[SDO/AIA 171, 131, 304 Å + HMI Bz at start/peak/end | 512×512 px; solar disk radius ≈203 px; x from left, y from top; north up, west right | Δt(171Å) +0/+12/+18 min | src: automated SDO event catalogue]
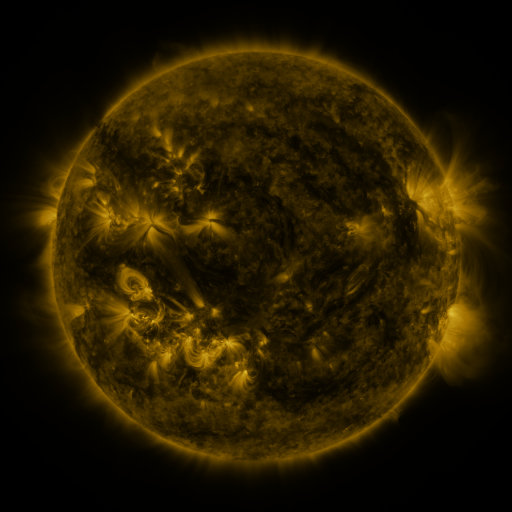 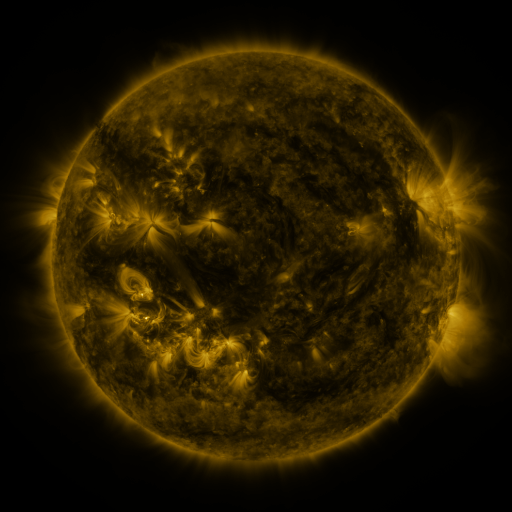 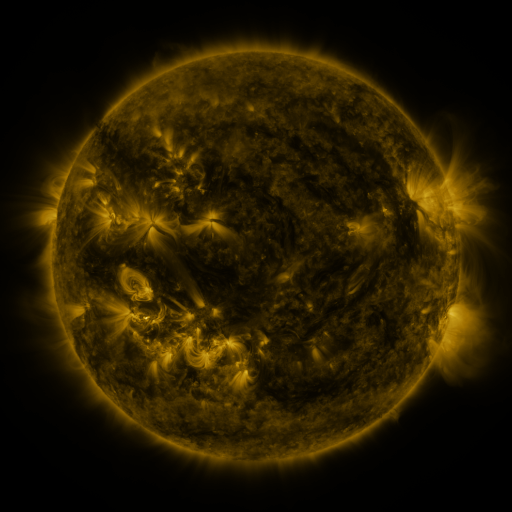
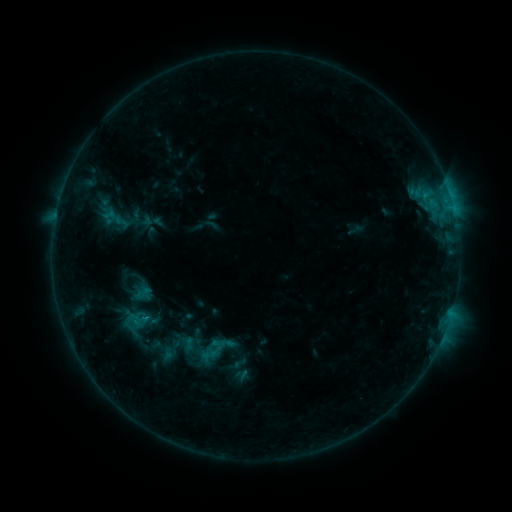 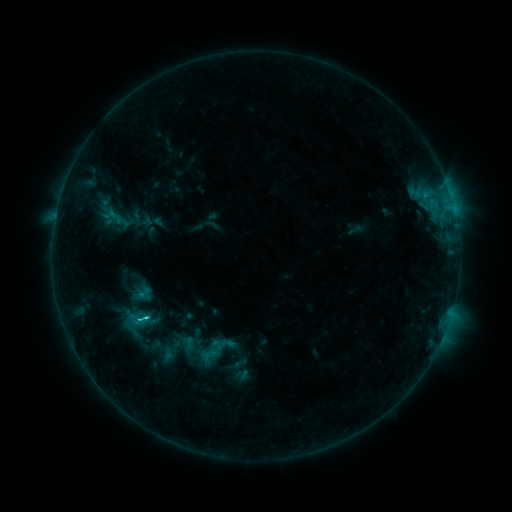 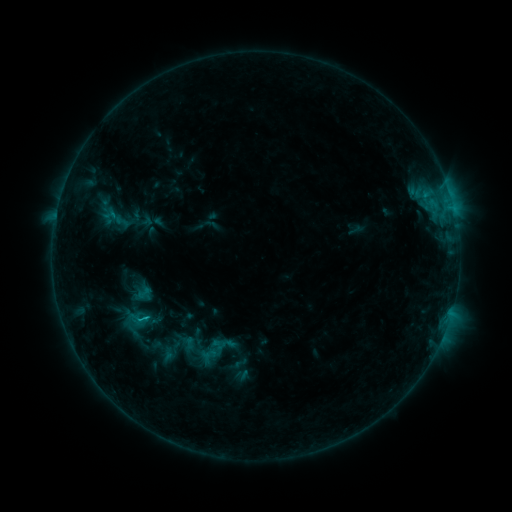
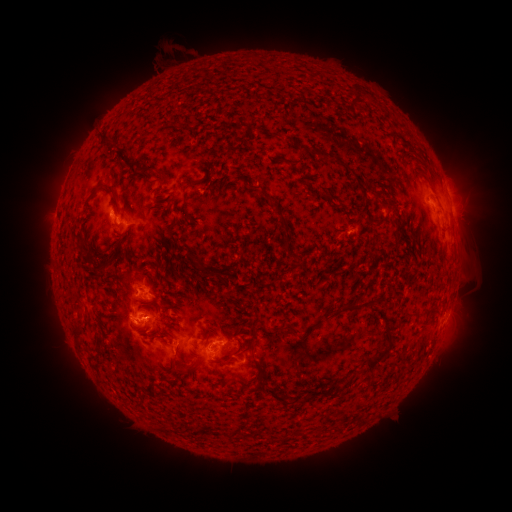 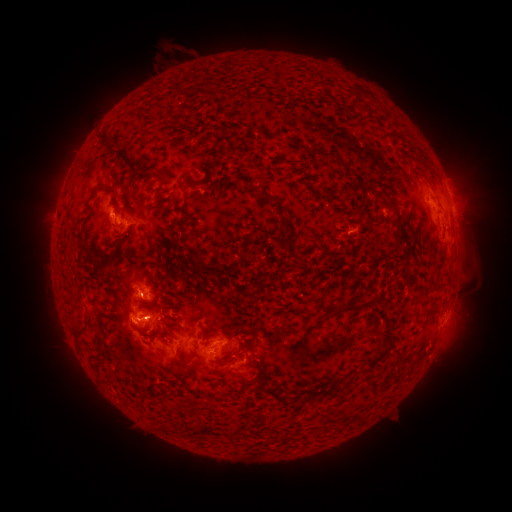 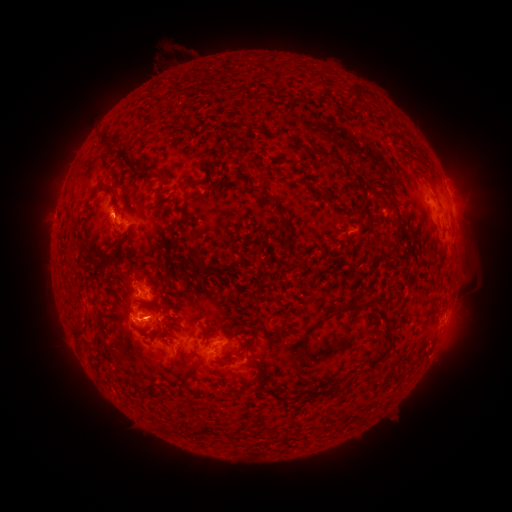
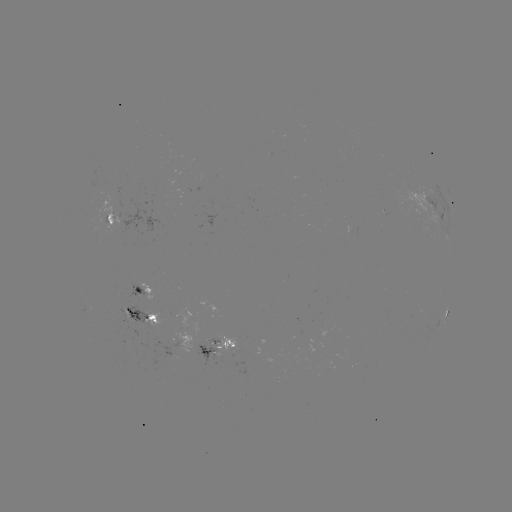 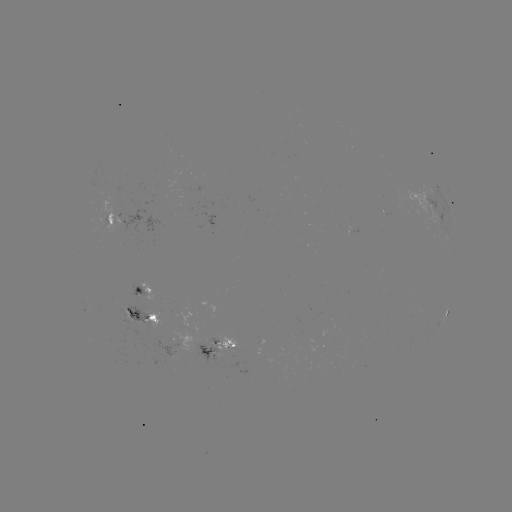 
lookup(C1.6 flare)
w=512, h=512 (146, 317)